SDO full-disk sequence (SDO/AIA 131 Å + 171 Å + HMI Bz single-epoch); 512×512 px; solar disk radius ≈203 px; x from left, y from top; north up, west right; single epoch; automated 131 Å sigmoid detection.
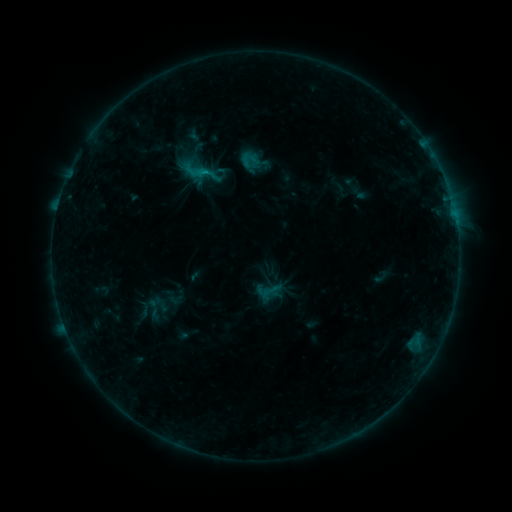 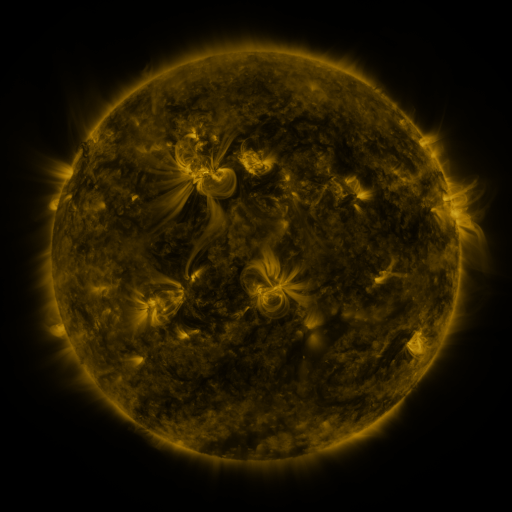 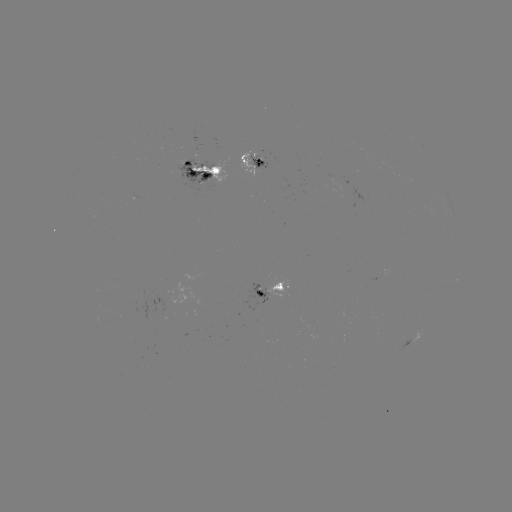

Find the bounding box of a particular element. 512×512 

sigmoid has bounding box [177, 146, 221, 190].